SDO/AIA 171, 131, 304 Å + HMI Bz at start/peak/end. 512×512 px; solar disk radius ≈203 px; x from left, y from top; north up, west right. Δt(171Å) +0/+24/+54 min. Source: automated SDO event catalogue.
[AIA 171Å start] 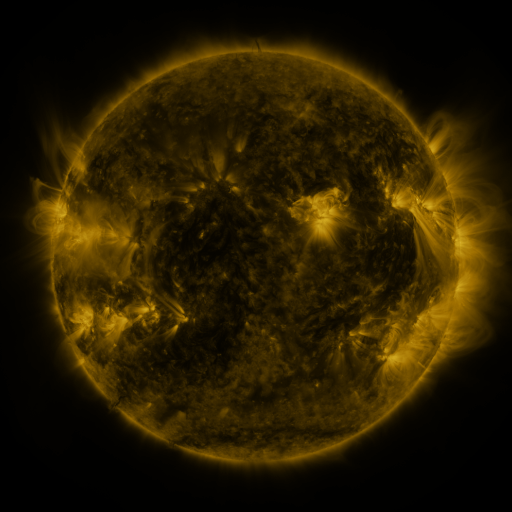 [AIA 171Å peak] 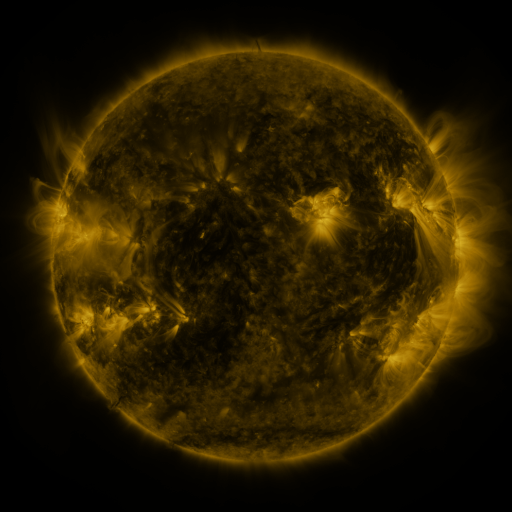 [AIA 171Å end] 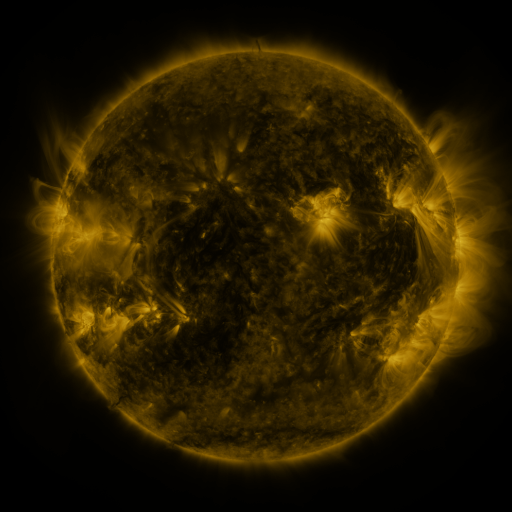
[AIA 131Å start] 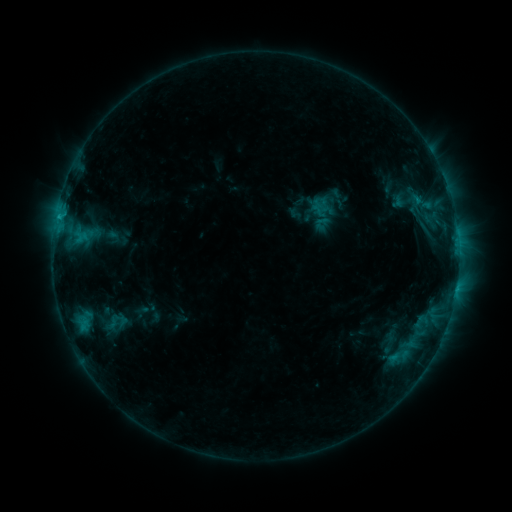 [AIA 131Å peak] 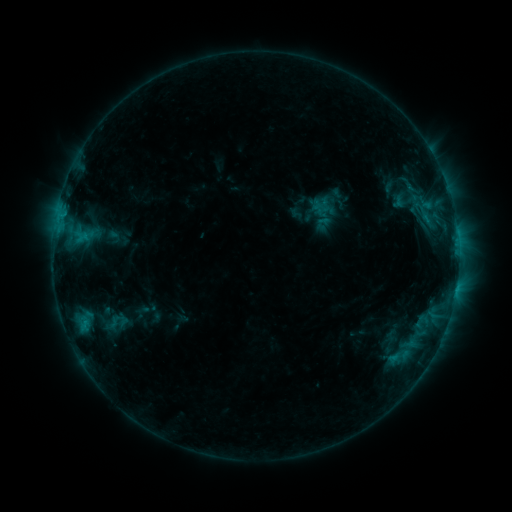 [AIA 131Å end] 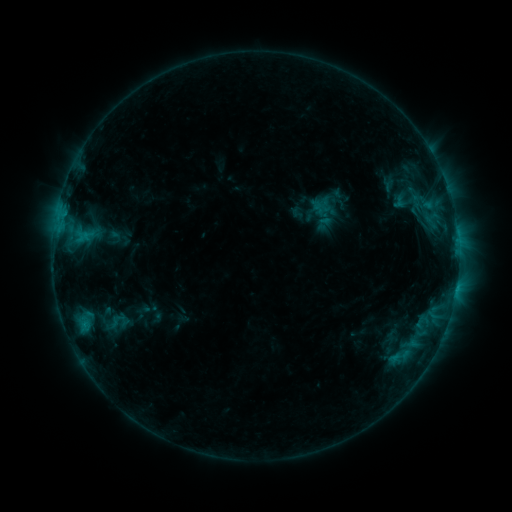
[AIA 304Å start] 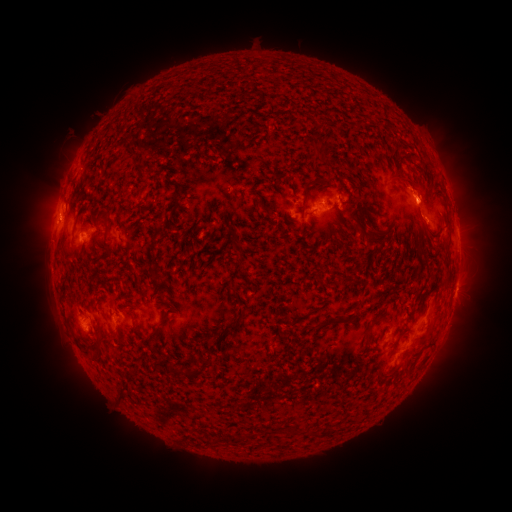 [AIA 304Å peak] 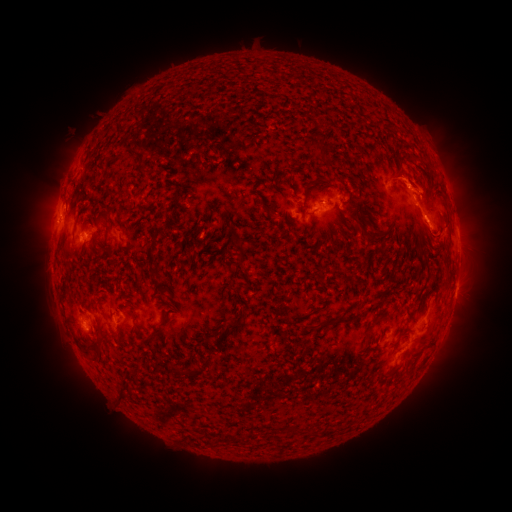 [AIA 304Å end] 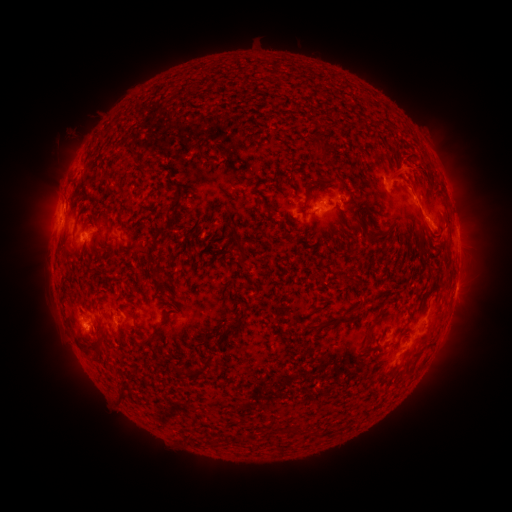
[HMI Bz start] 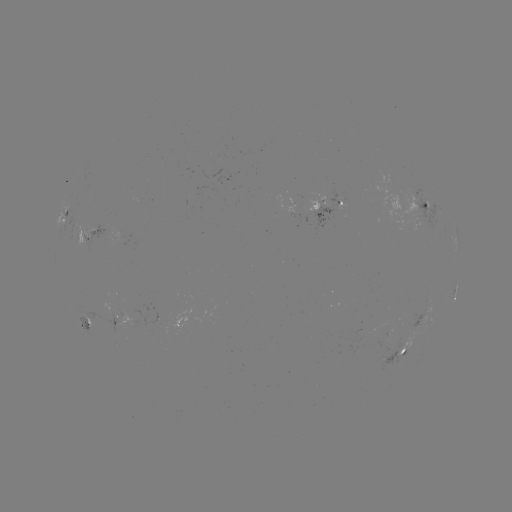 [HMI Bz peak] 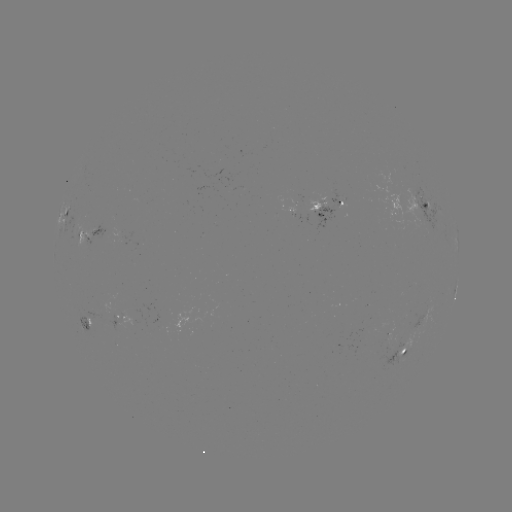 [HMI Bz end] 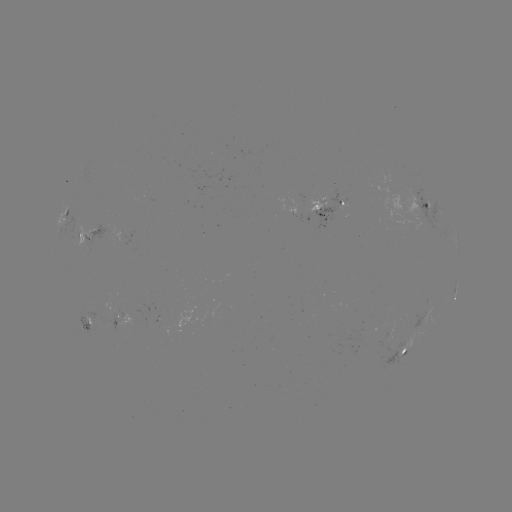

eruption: (361, 109, 493, 266)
